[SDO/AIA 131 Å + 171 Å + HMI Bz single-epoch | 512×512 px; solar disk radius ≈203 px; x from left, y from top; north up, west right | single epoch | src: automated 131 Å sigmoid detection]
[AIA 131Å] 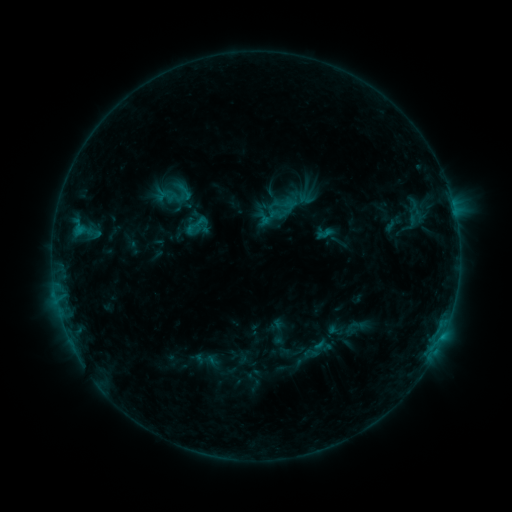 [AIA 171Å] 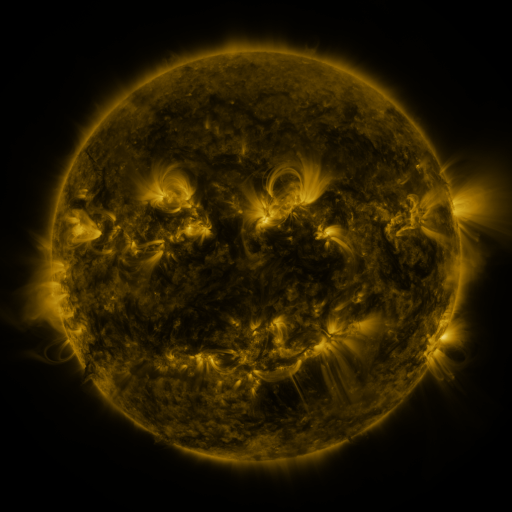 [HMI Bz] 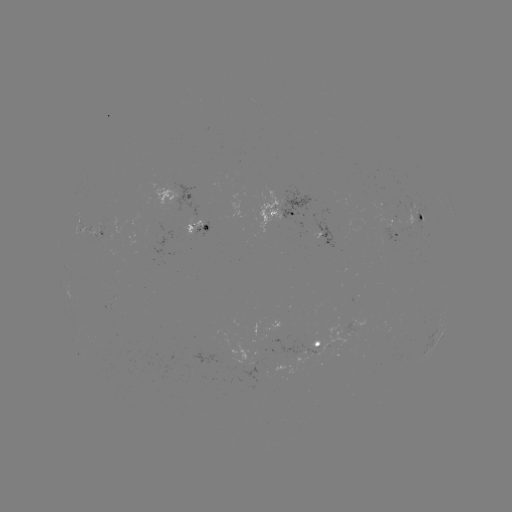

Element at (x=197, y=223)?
sigmoid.